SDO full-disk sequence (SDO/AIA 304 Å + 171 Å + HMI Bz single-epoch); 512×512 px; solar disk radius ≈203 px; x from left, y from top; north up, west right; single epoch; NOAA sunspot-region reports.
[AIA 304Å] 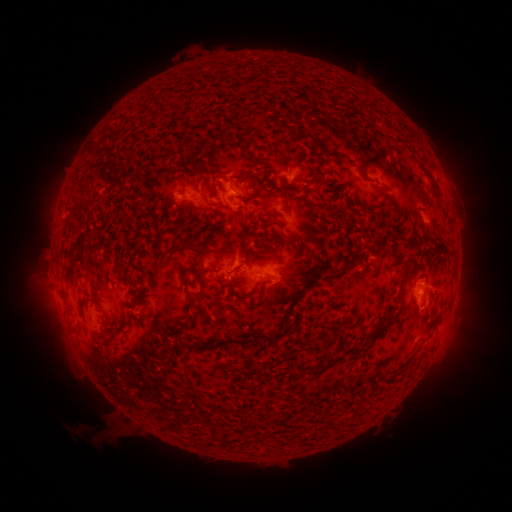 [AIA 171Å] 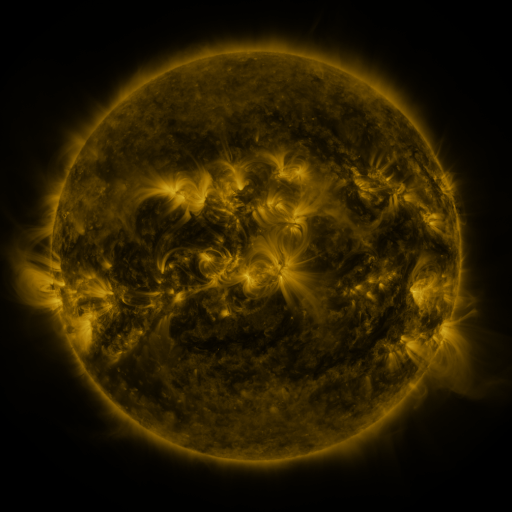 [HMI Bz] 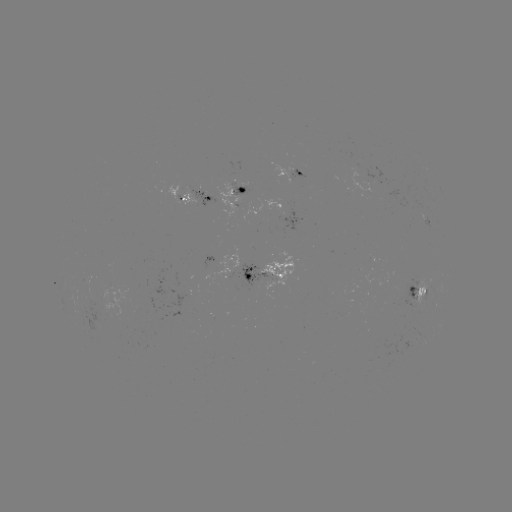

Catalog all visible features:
spotted active region: (293, 175)
spotted active region: (391, 181)
spotted active region: (242, 192)
spotted active region: (194, 196)
spotted active region: (220, 262)
spotted active region: (262, 272)
spotted active region: (420, 289)
